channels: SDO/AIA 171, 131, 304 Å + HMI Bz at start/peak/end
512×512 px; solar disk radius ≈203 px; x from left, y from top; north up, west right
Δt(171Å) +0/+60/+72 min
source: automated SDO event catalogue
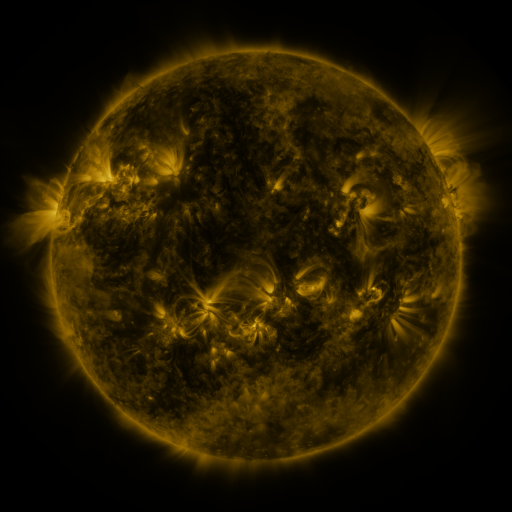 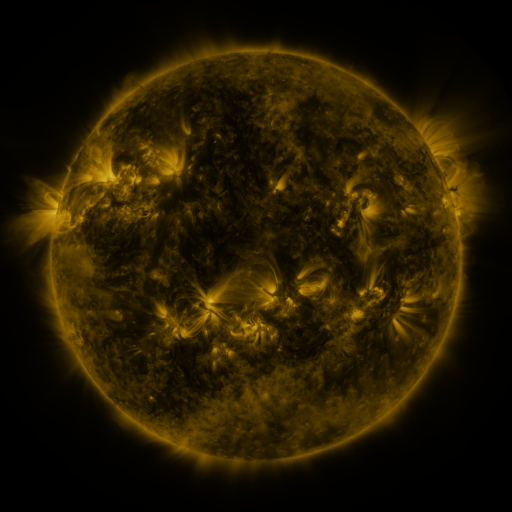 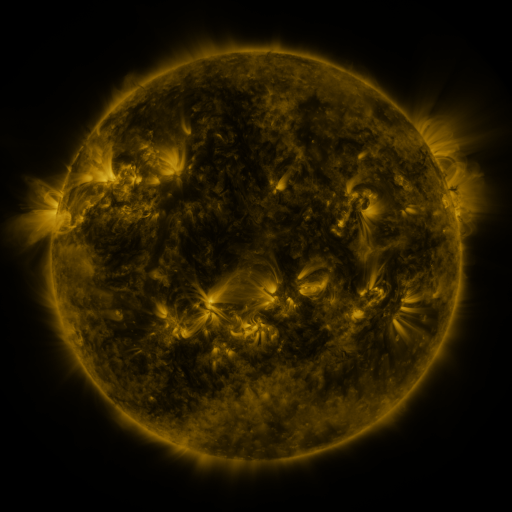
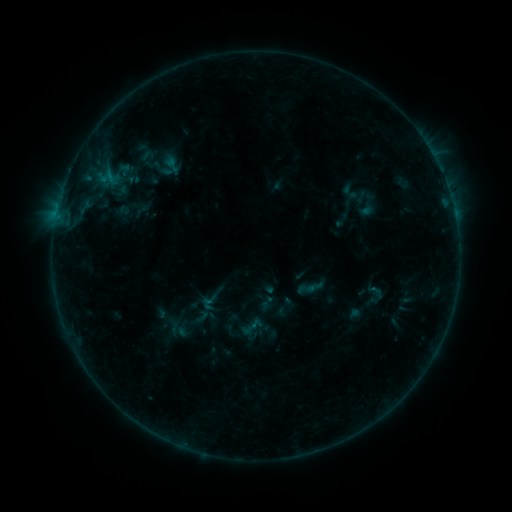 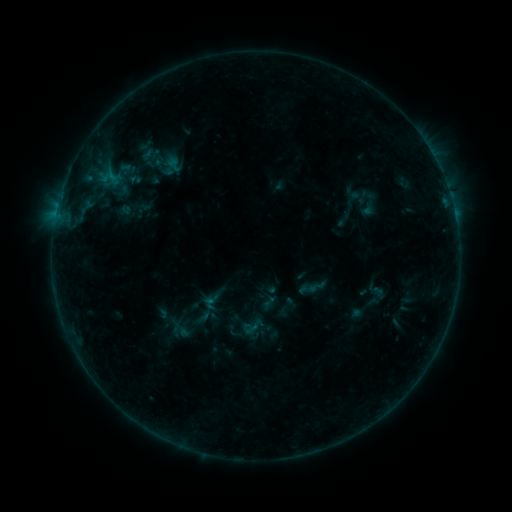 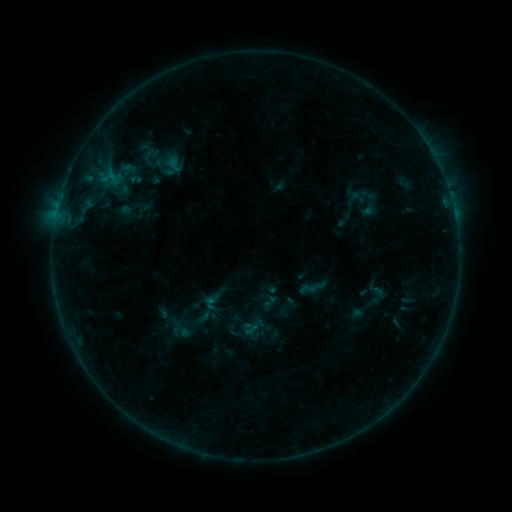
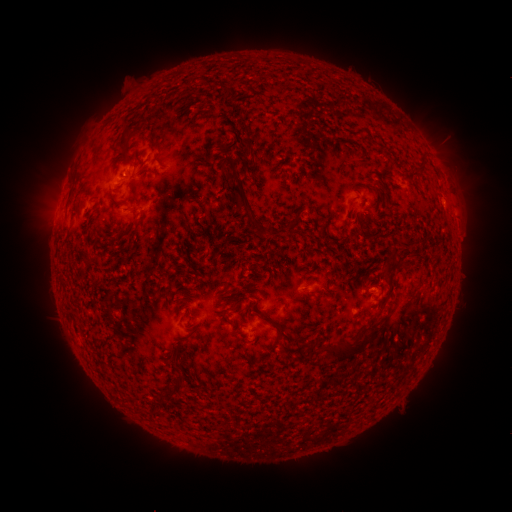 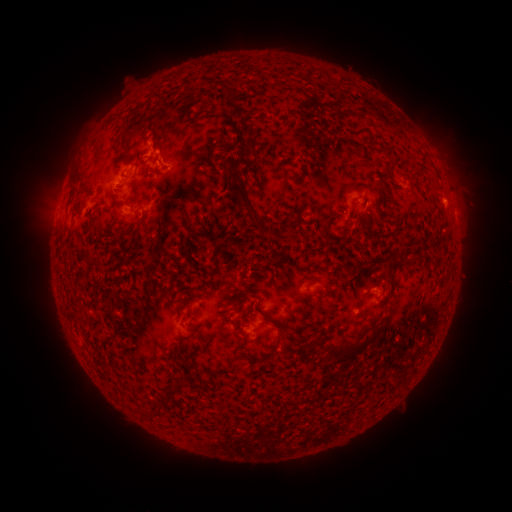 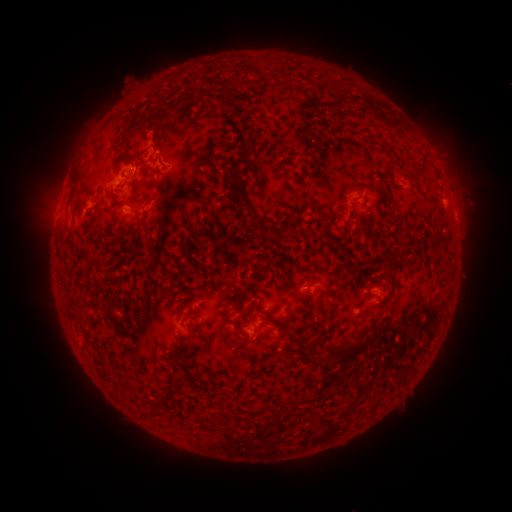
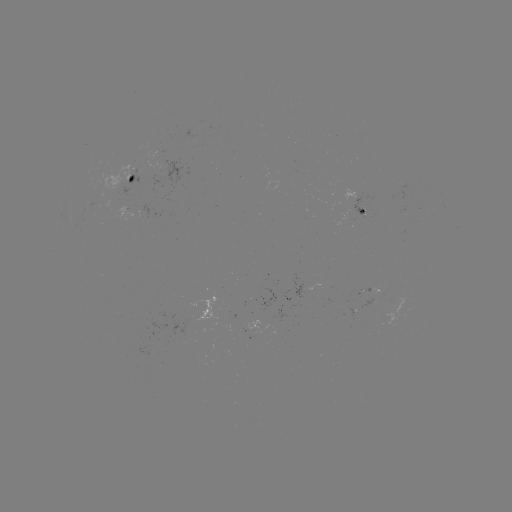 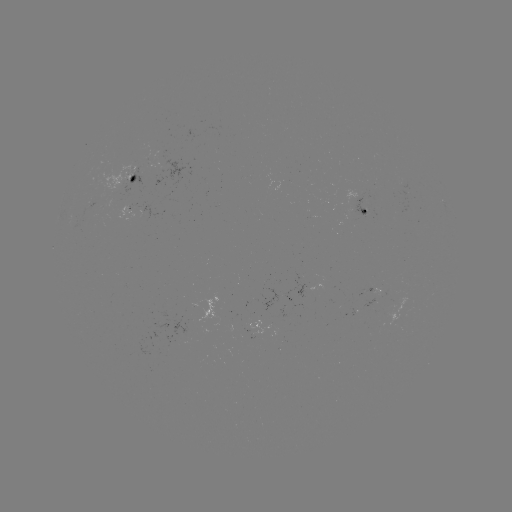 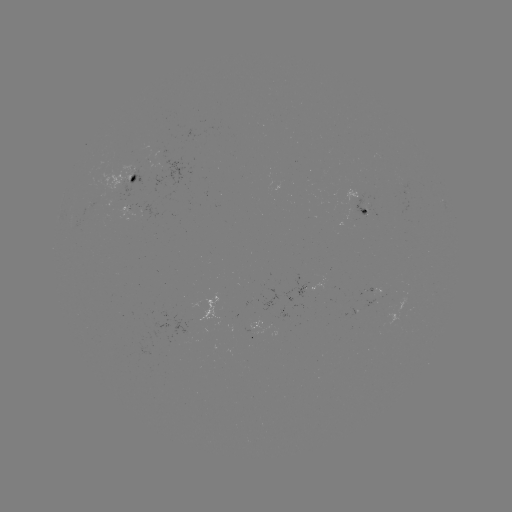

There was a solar emerging-flux region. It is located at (361, 195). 